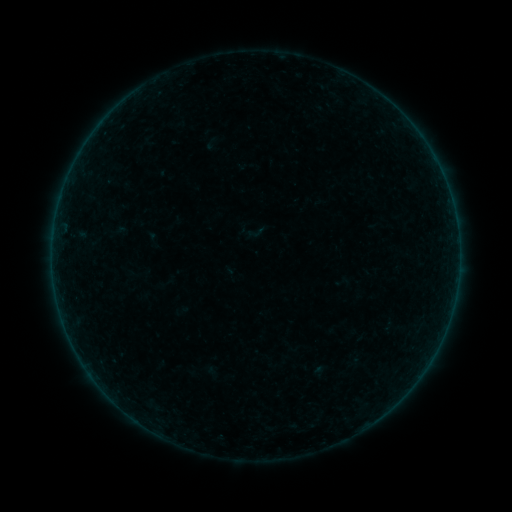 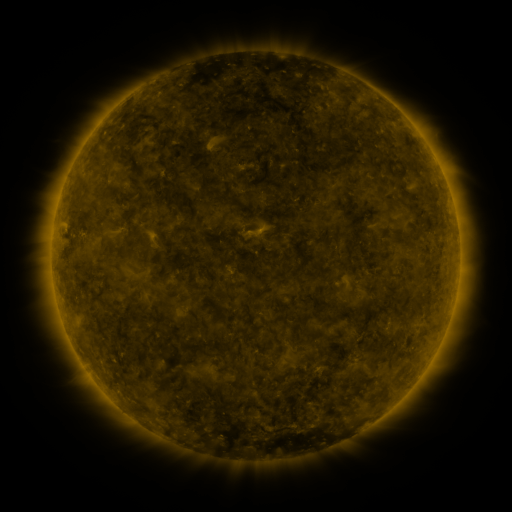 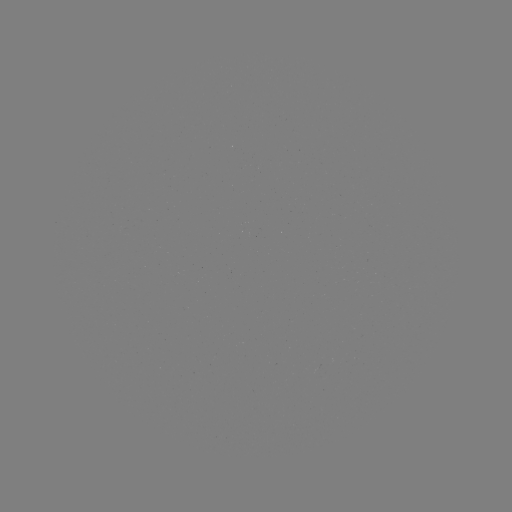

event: sigmoid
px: (256, 232)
